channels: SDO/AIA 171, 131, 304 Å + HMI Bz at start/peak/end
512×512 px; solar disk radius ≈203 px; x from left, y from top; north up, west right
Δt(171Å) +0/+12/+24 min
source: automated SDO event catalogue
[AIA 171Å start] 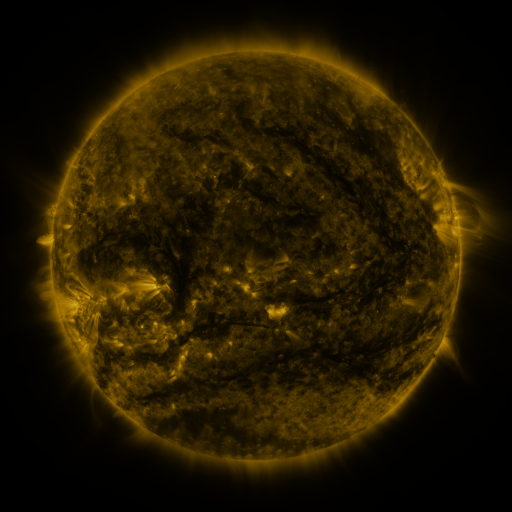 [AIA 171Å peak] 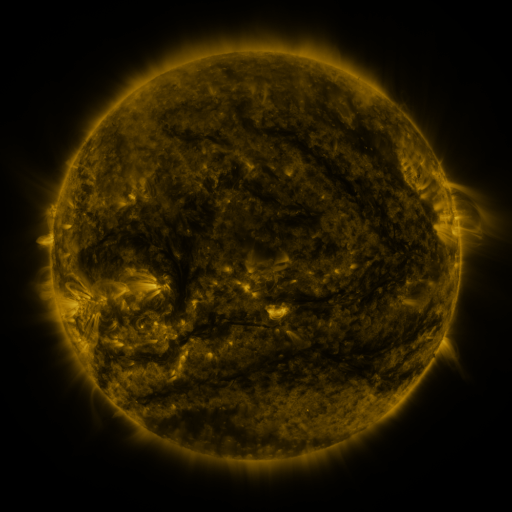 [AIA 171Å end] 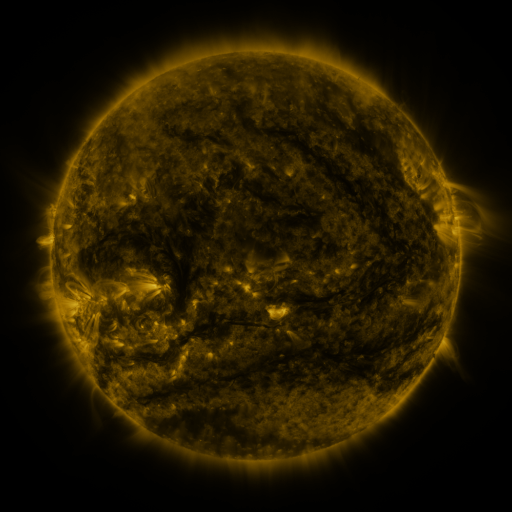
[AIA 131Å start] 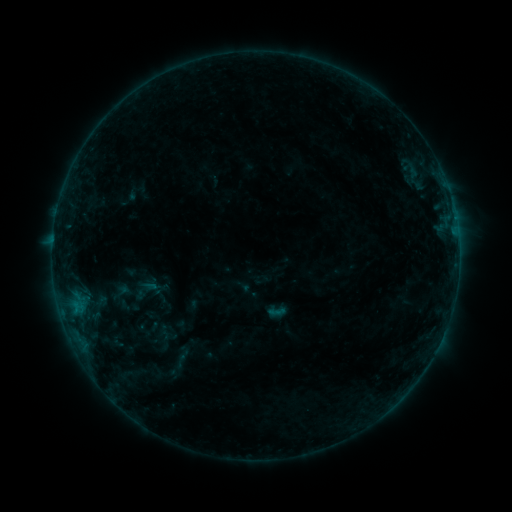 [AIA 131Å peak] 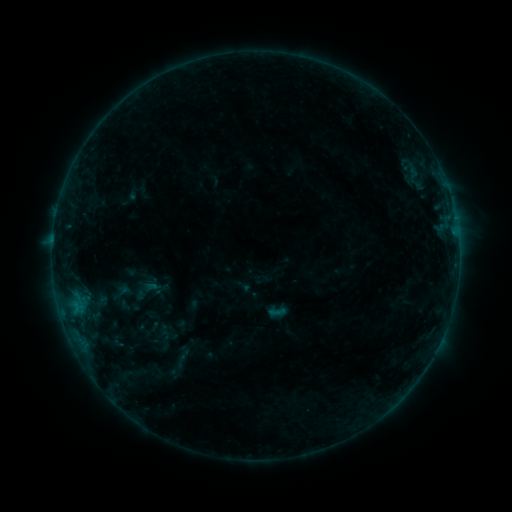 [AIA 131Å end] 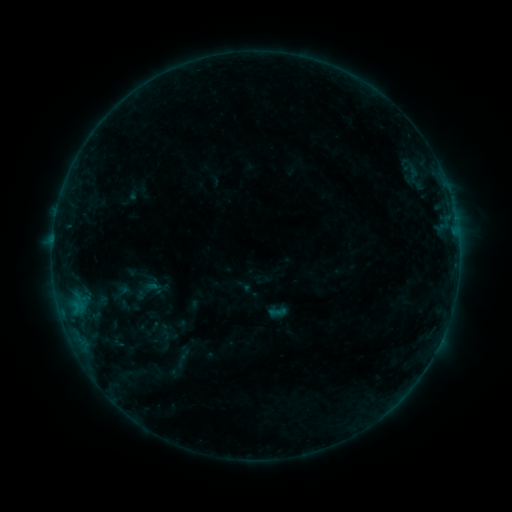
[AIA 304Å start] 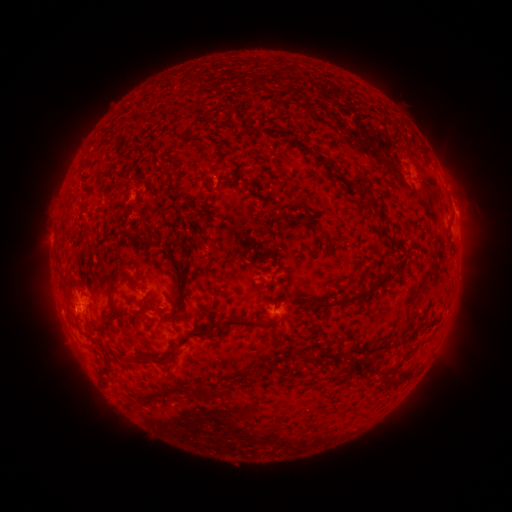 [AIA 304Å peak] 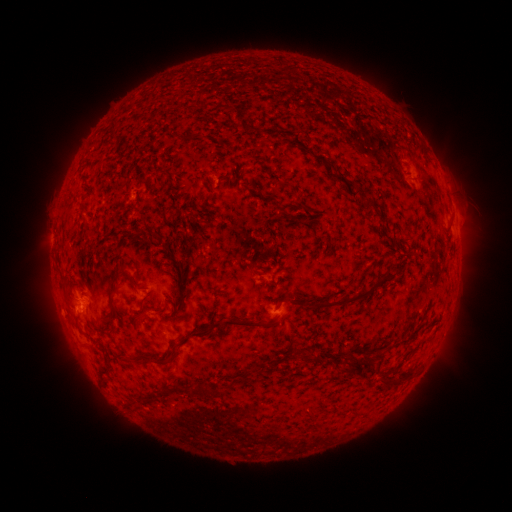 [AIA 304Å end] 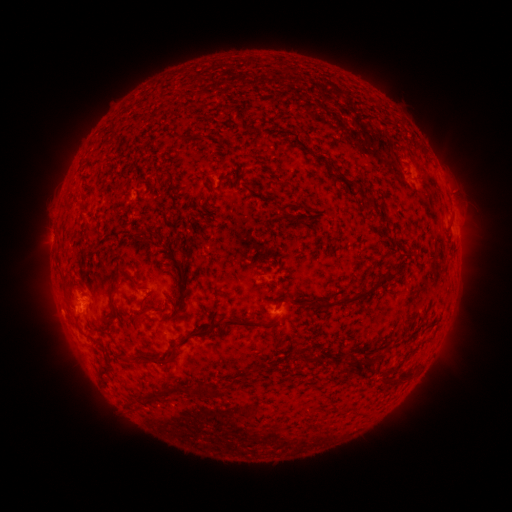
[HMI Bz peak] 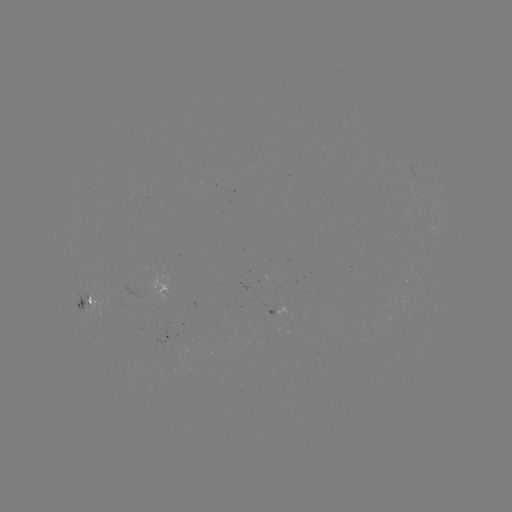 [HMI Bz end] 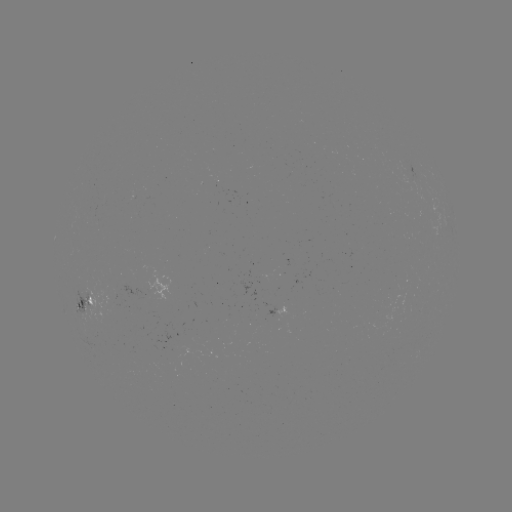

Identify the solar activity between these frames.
no catalogued flare and no flagged EUV brightening in this window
